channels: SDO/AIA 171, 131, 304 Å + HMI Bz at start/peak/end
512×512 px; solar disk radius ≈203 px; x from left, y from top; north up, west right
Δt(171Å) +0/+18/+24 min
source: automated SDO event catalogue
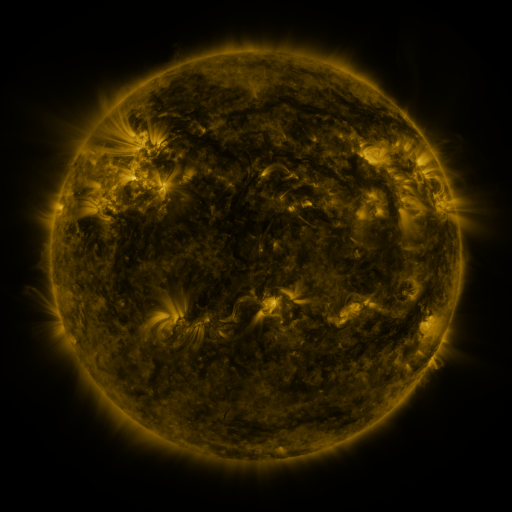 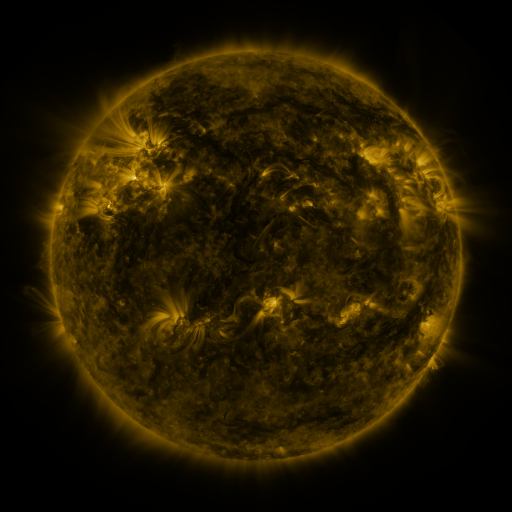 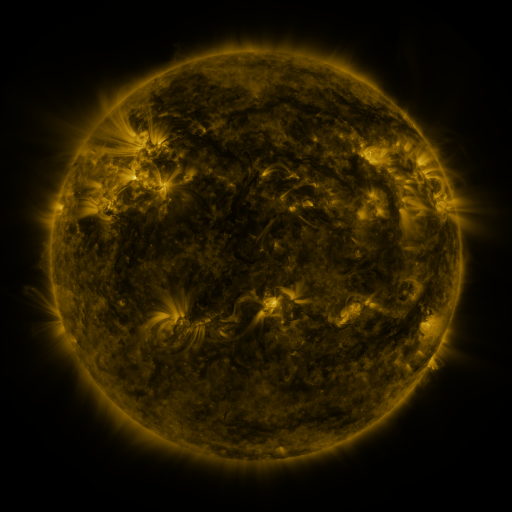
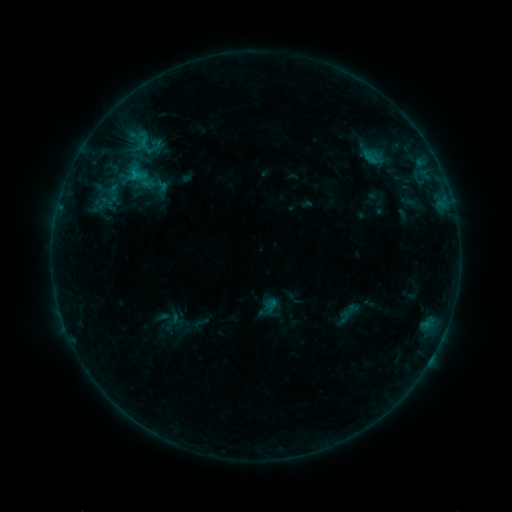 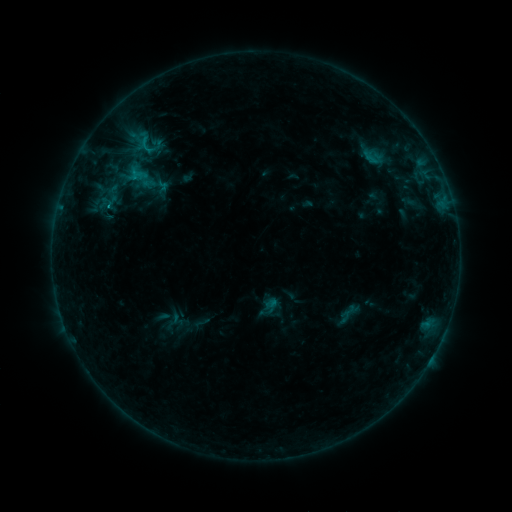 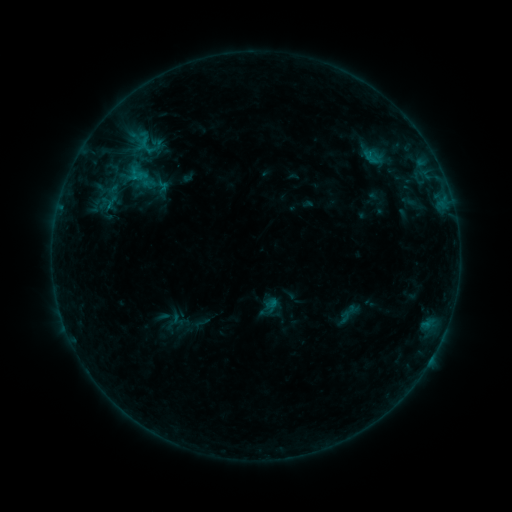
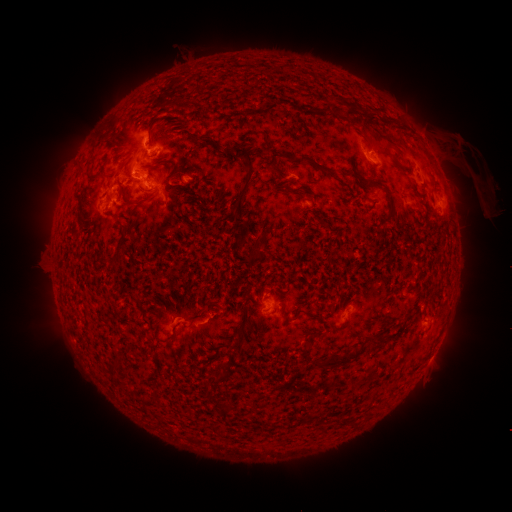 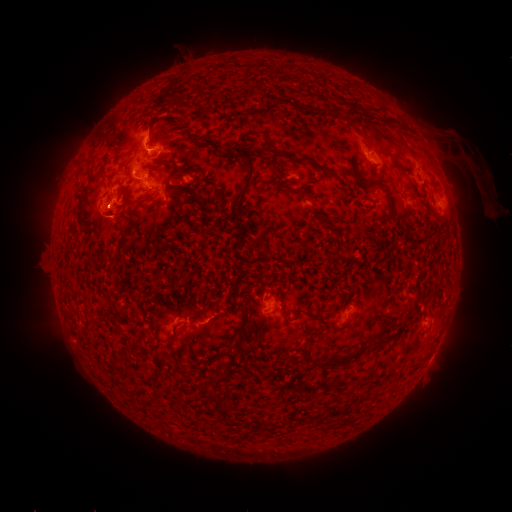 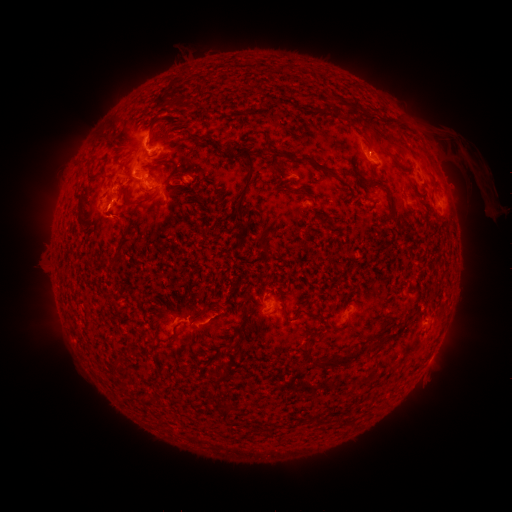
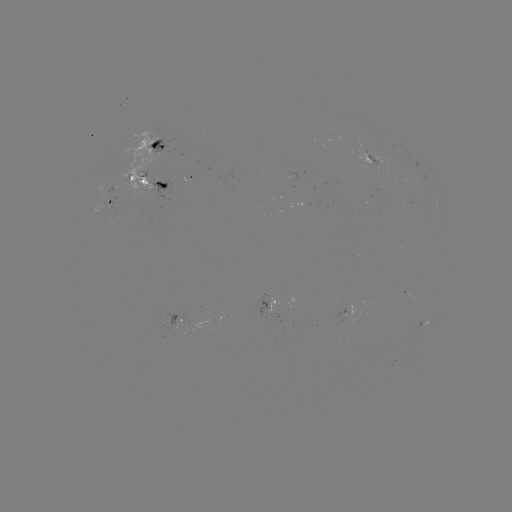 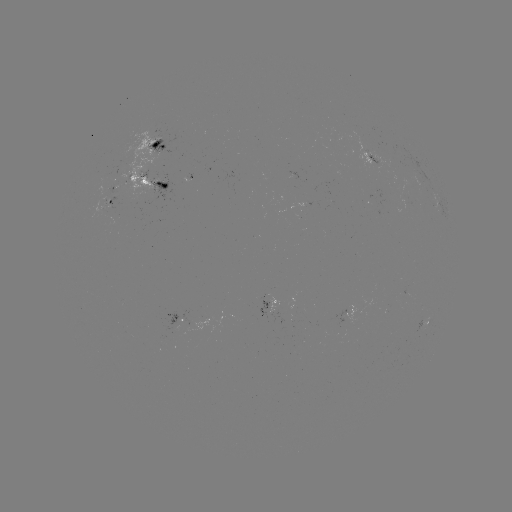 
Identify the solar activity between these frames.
B9.6 flare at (146, 151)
